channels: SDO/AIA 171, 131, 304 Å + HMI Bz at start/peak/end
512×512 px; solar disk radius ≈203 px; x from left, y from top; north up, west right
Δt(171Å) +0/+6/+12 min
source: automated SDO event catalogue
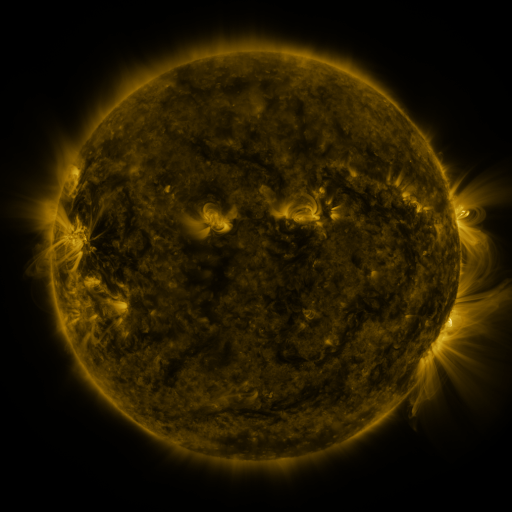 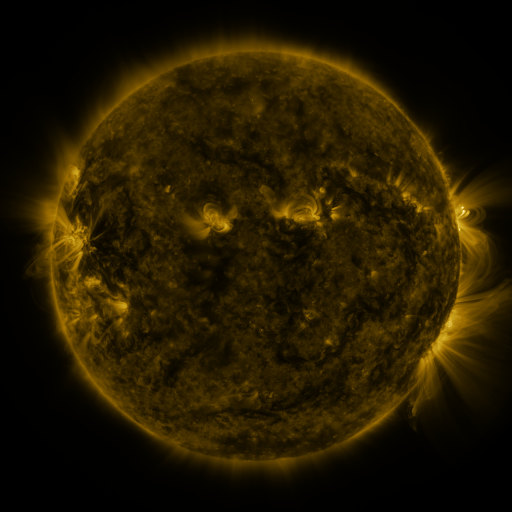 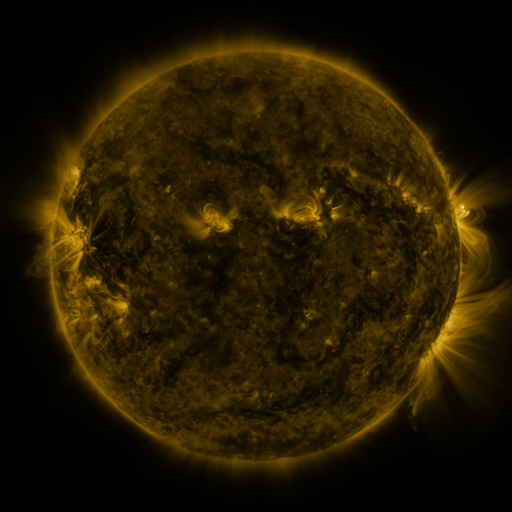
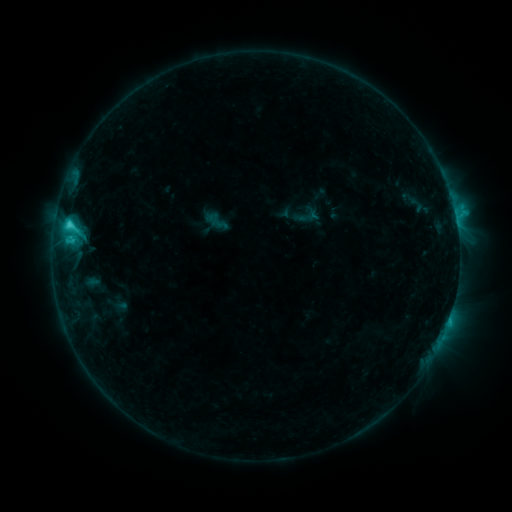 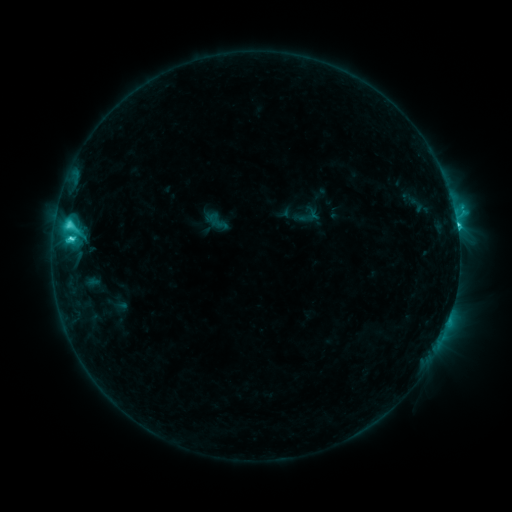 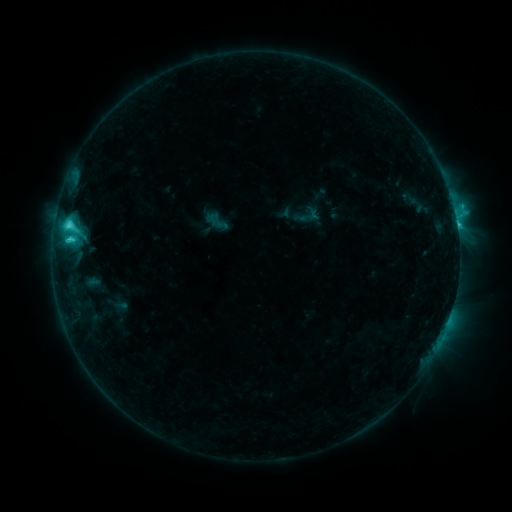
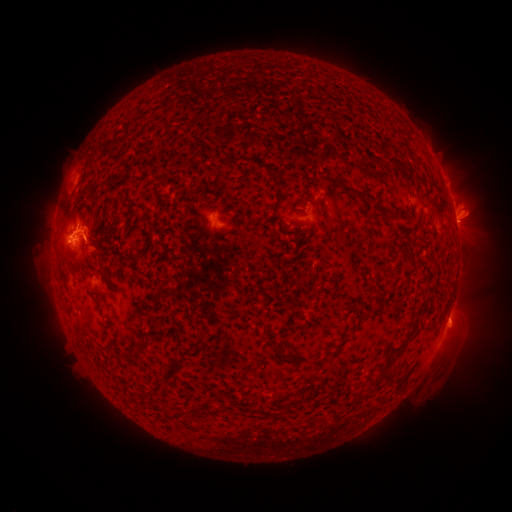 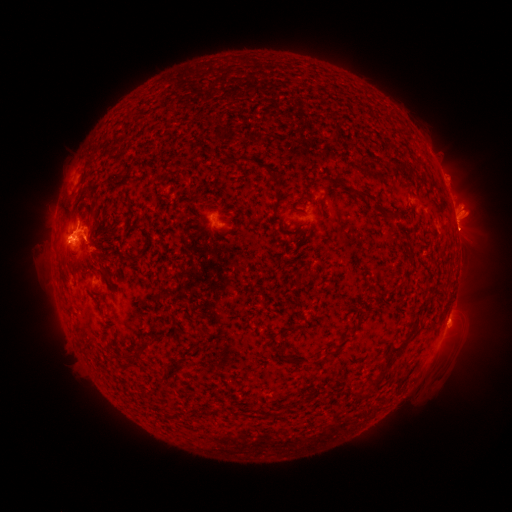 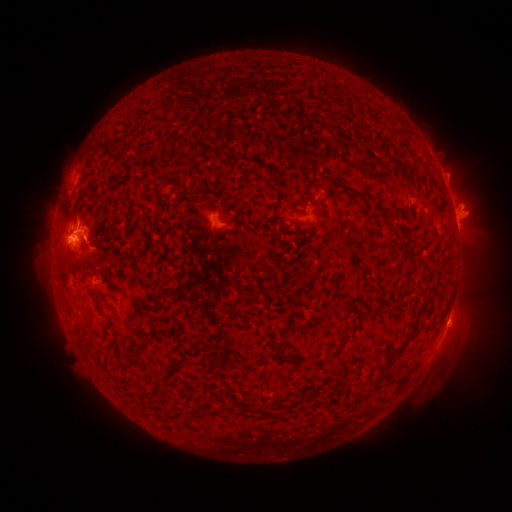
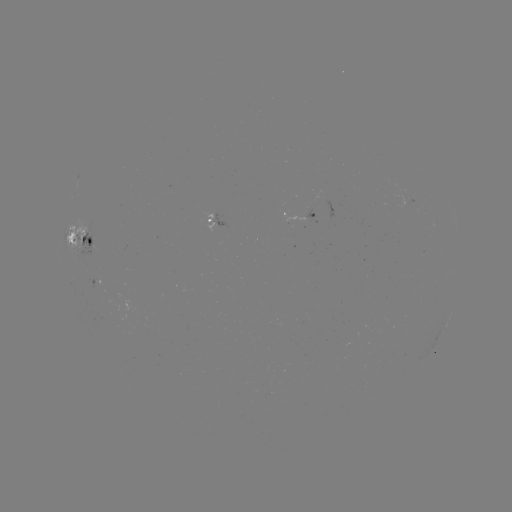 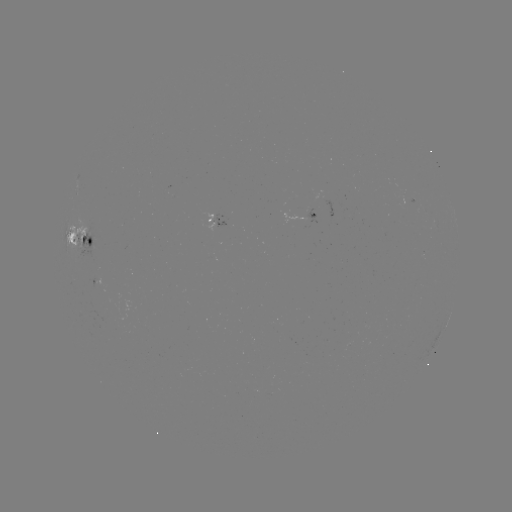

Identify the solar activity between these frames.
C5.2 flare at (71, 241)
